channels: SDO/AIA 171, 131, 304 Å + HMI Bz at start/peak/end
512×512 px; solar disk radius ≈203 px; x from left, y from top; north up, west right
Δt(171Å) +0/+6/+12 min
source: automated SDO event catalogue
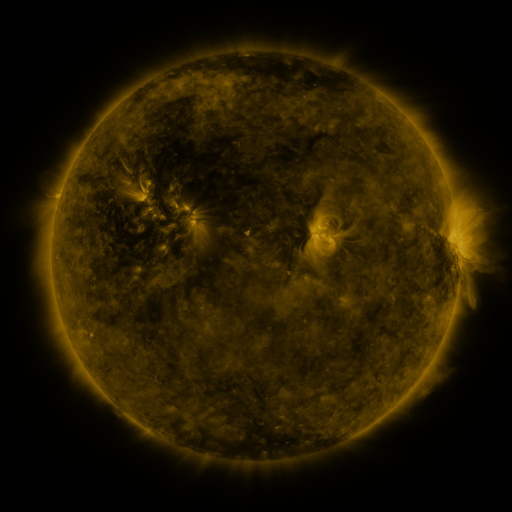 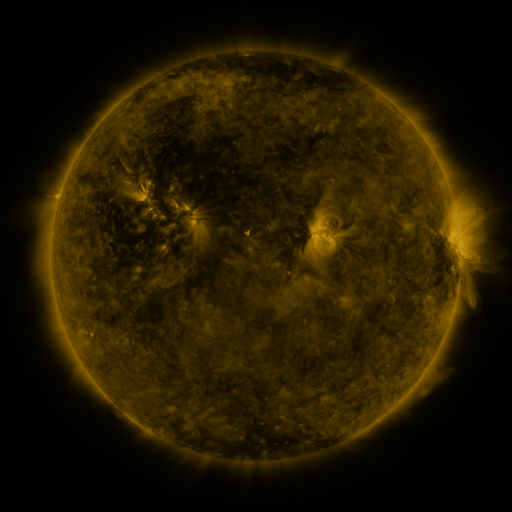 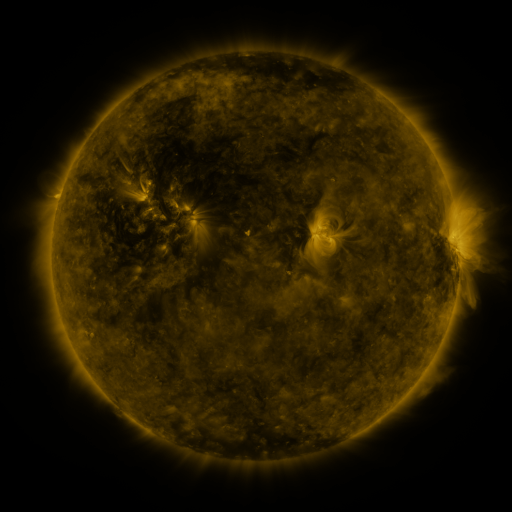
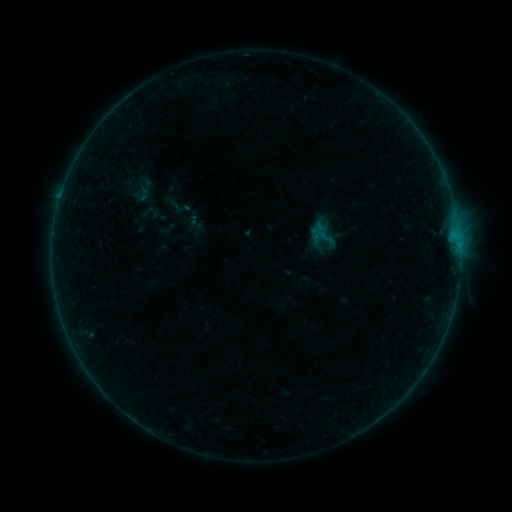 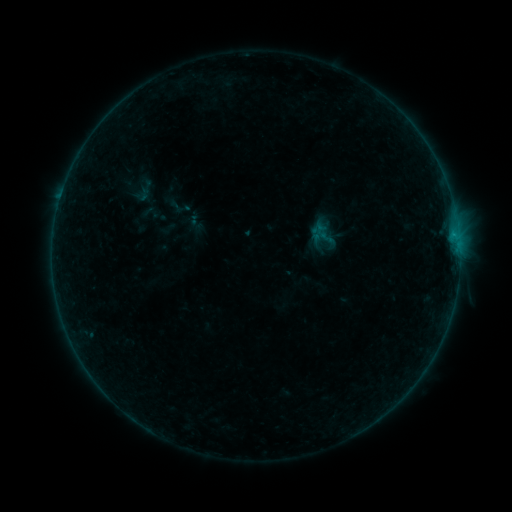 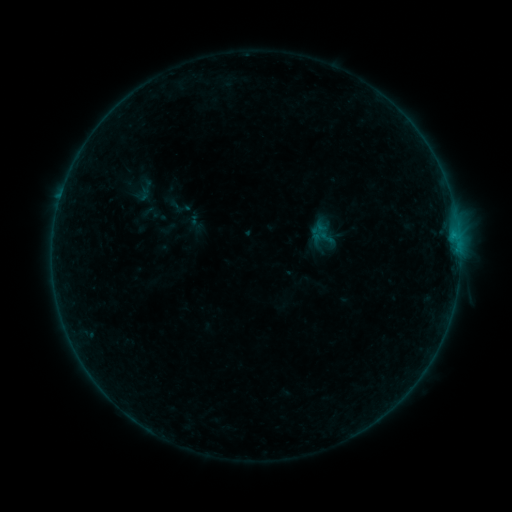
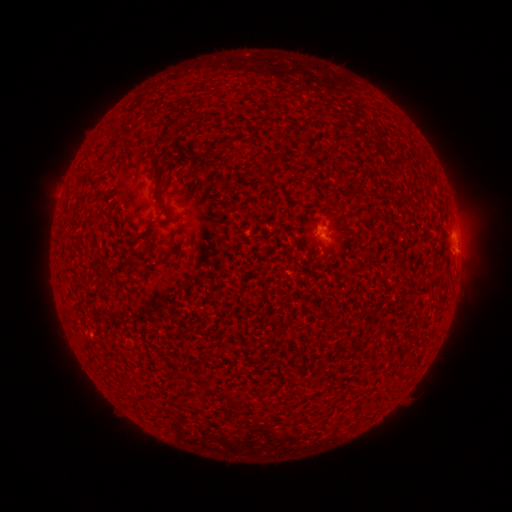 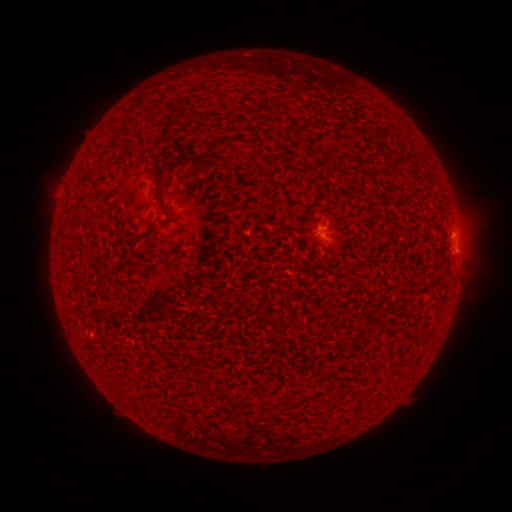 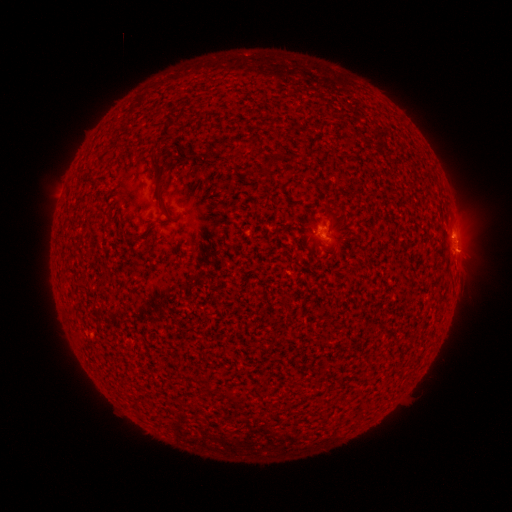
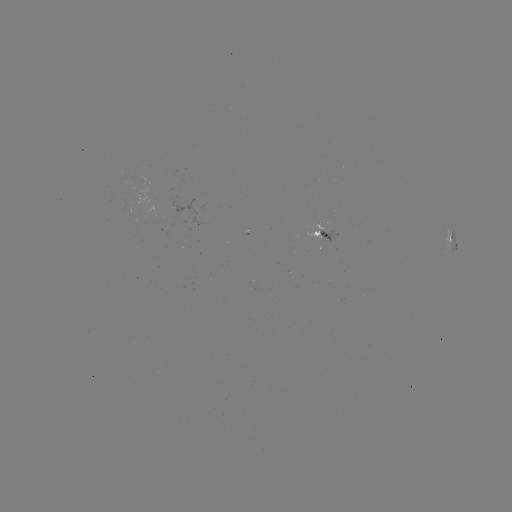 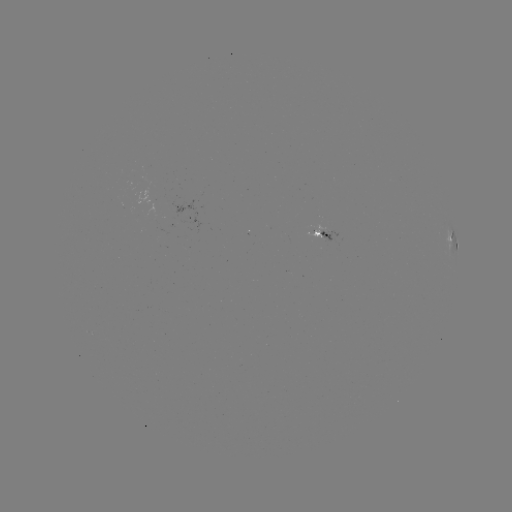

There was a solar flare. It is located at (453, 236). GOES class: B1.3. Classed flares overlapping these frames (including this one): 1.